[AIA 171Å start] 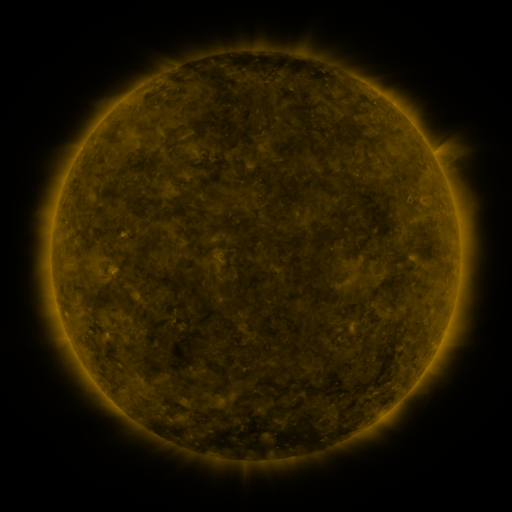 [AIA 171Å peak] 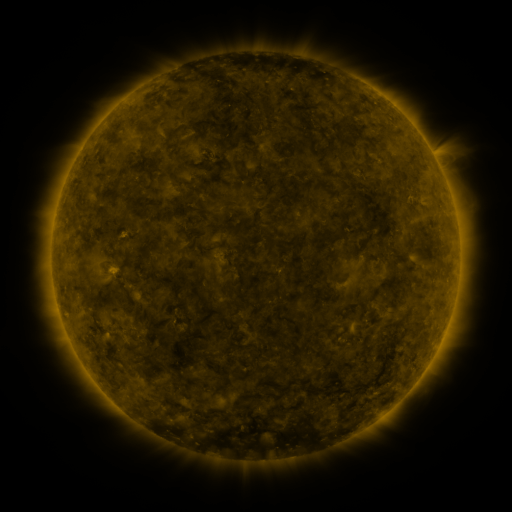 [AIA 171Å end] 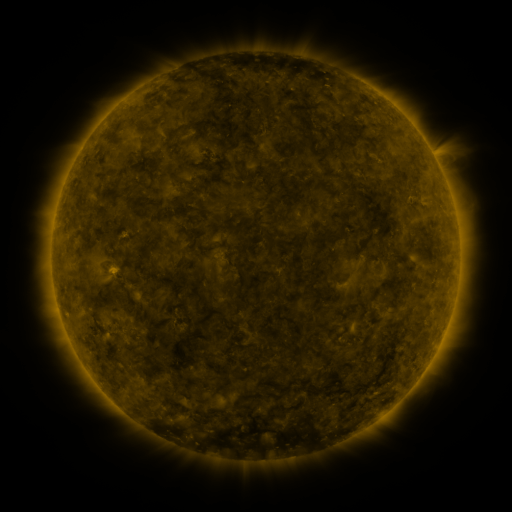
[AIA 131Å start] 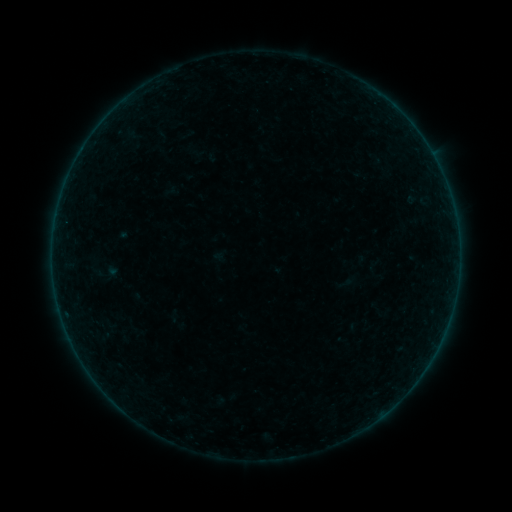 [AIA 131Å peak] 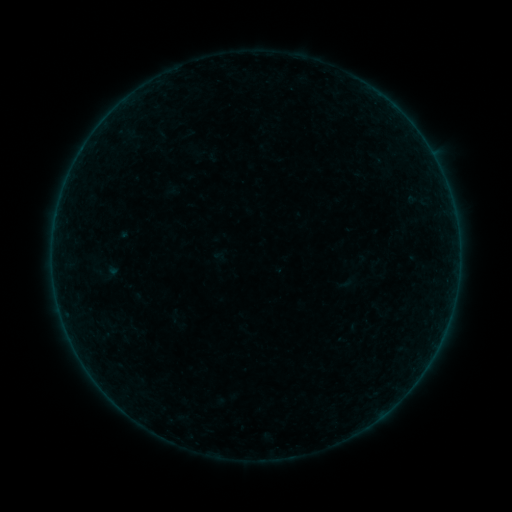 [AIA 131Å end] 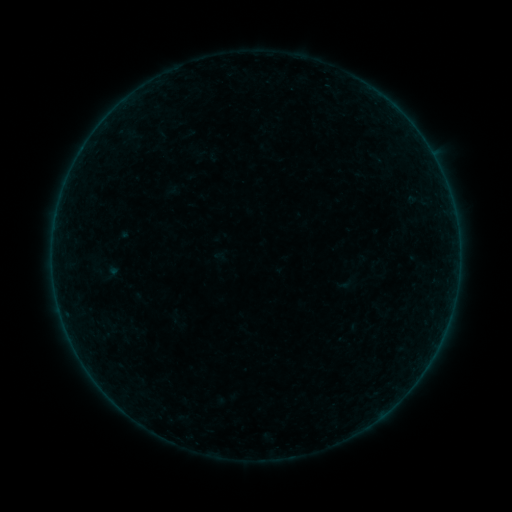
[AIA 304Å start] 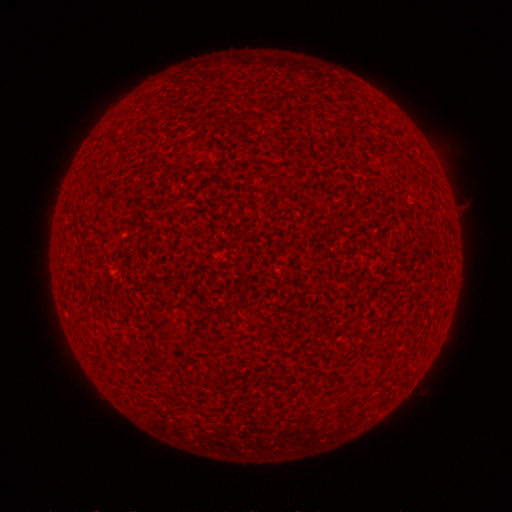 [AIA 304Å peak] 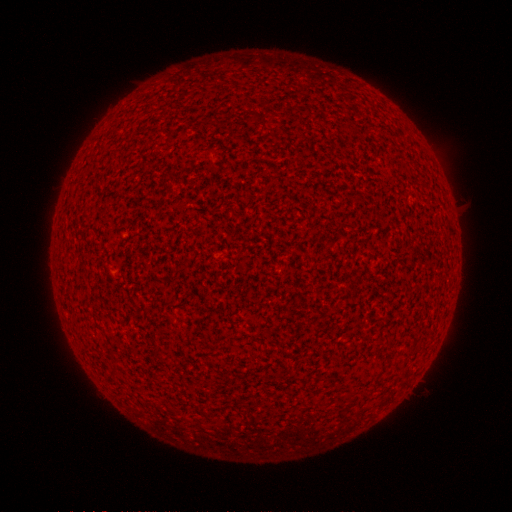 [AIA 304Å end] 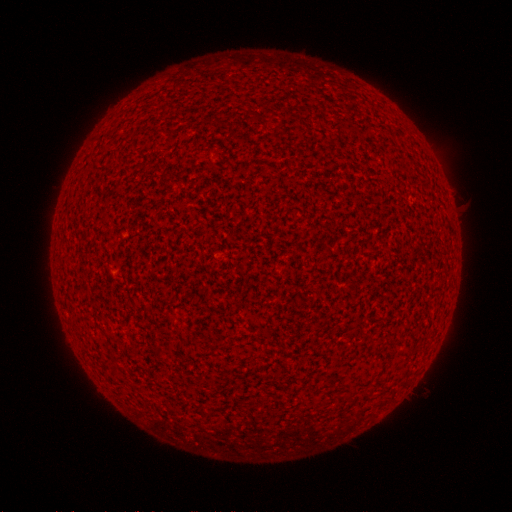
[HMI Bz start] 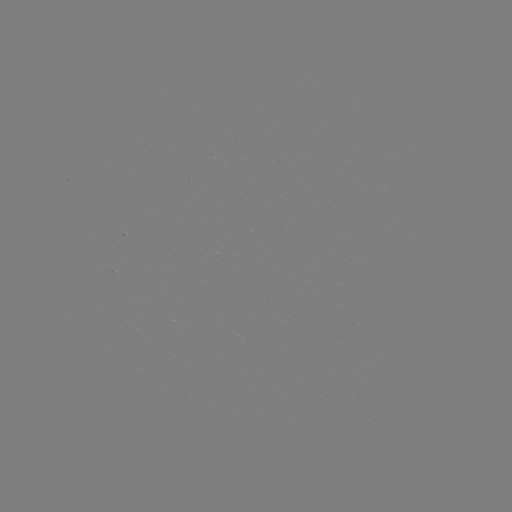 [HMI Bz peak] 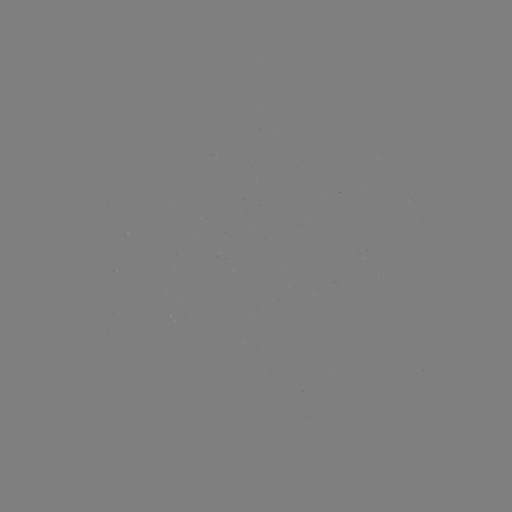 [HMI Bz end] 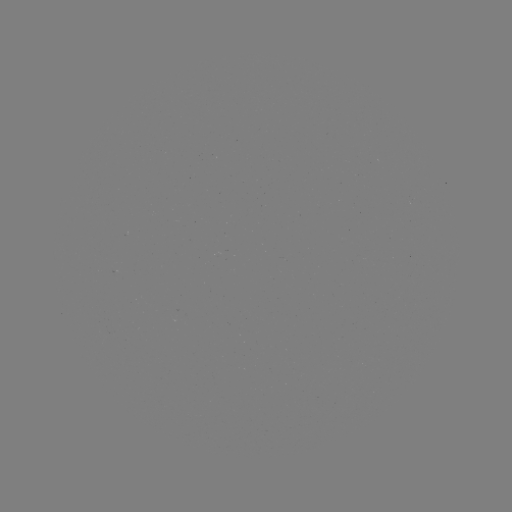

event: flare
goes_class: A1.8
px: (113, 269)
